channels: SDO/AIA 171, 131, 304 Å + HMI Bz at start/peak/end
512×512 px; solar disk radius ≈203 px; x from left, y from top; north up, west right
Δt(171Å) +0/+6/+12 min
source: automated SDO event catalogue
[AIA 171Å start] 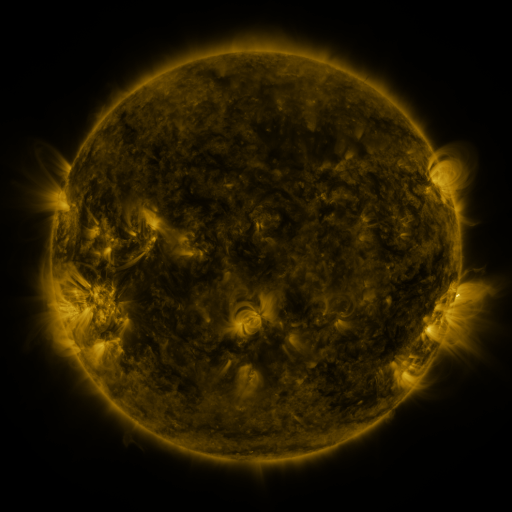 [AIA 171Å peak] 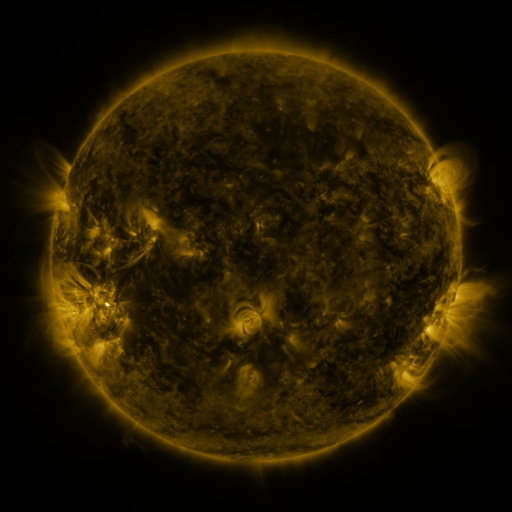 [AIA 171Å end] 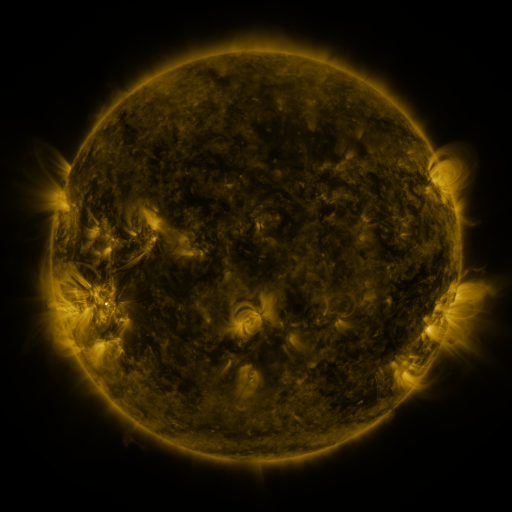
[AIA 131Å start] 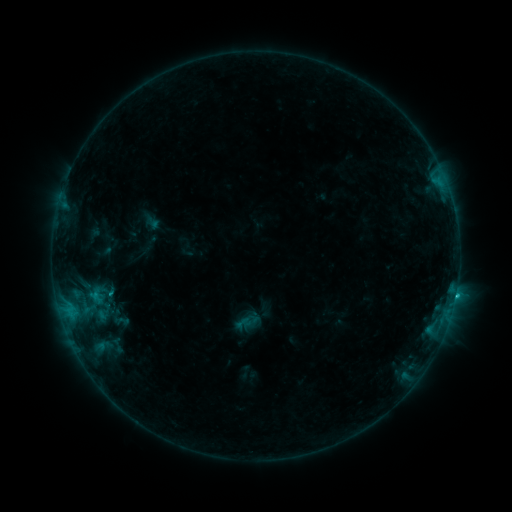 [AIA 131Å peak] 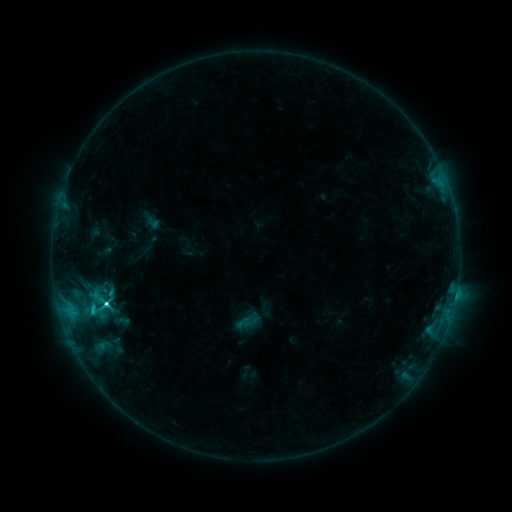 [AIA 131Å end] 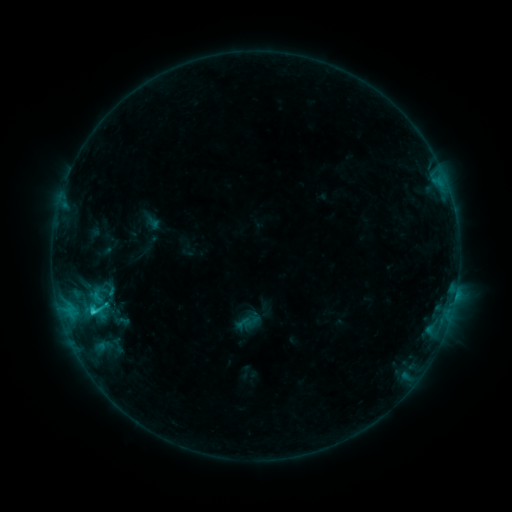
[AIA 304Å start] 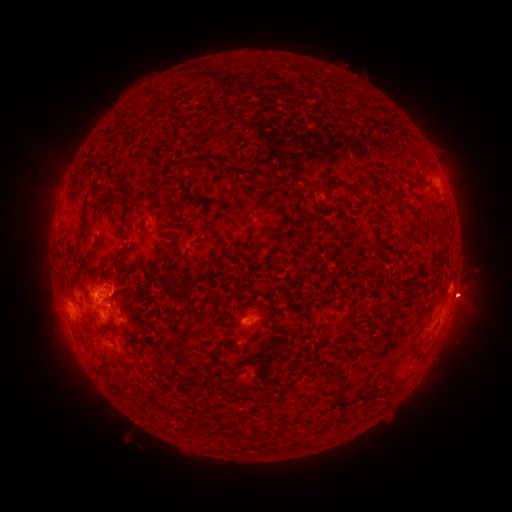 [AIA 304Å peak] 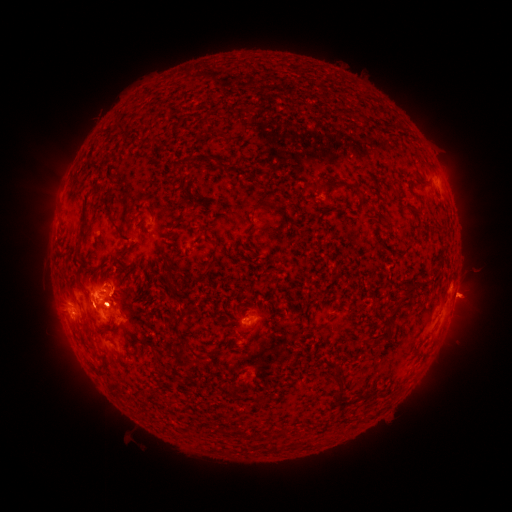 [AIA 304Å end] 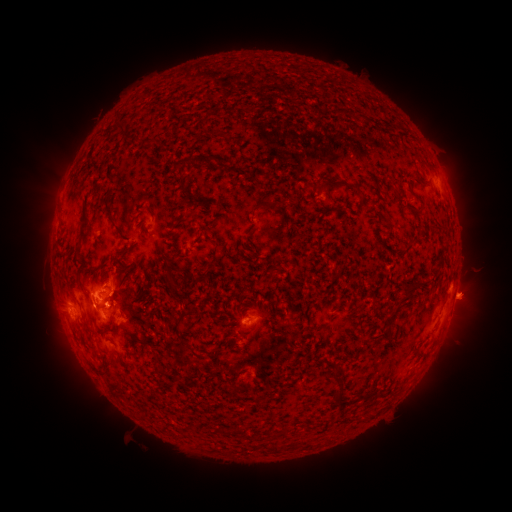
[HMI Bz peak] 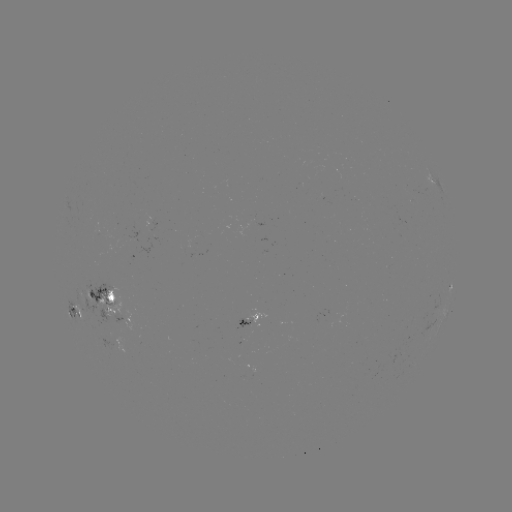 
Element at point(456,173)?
eruption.